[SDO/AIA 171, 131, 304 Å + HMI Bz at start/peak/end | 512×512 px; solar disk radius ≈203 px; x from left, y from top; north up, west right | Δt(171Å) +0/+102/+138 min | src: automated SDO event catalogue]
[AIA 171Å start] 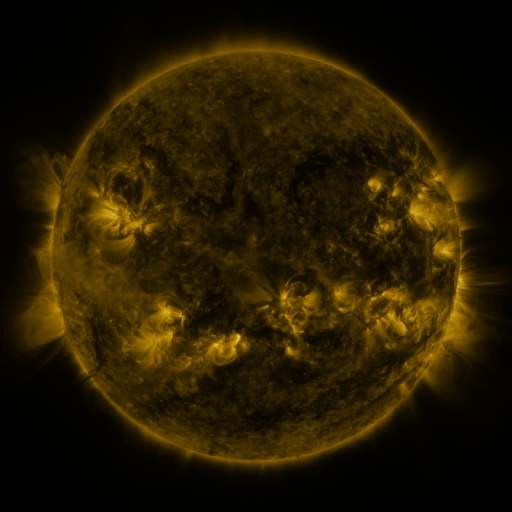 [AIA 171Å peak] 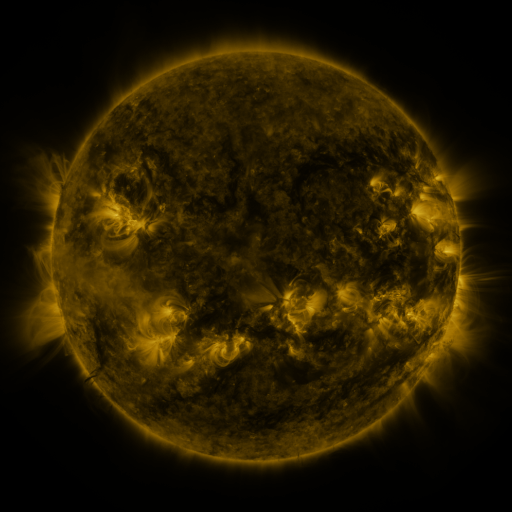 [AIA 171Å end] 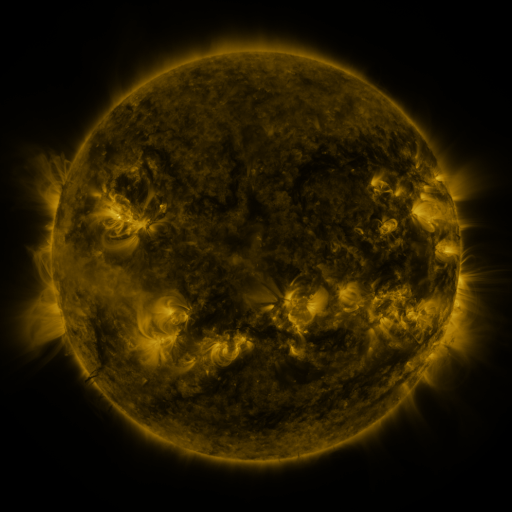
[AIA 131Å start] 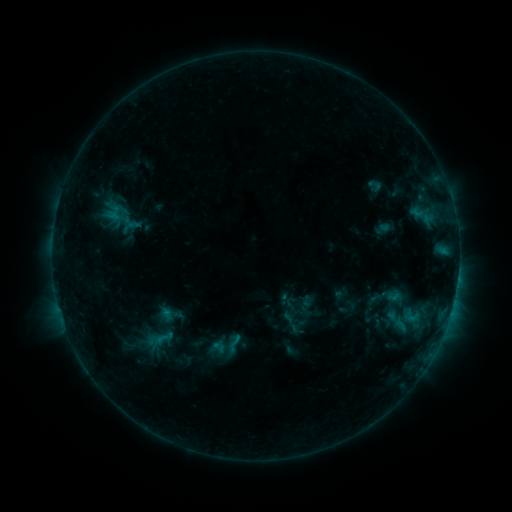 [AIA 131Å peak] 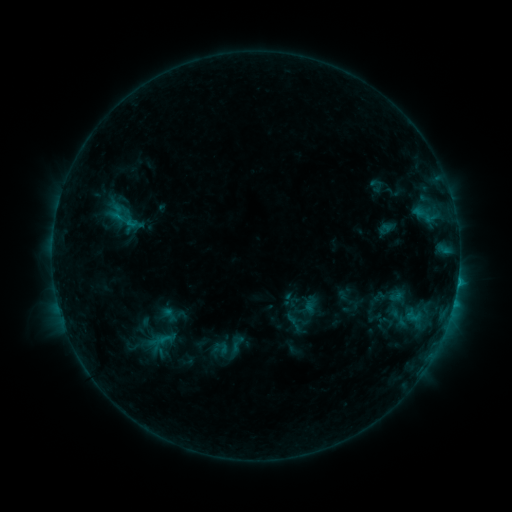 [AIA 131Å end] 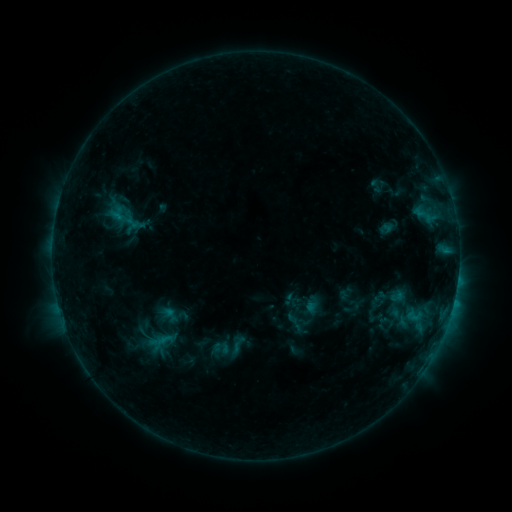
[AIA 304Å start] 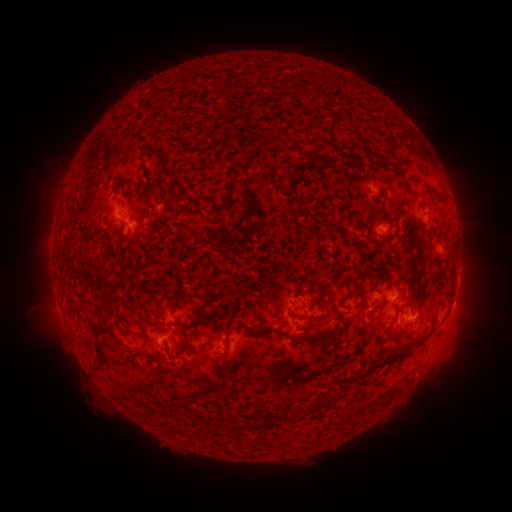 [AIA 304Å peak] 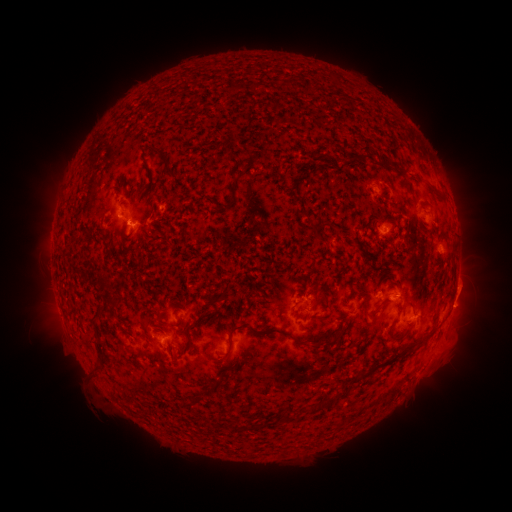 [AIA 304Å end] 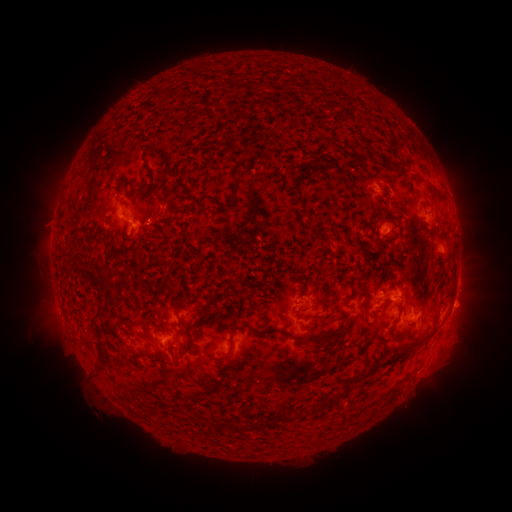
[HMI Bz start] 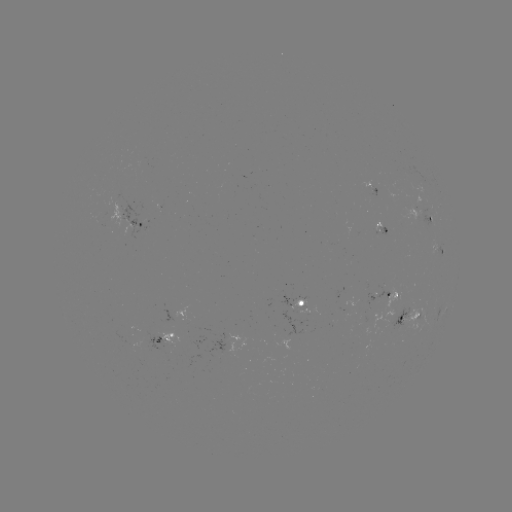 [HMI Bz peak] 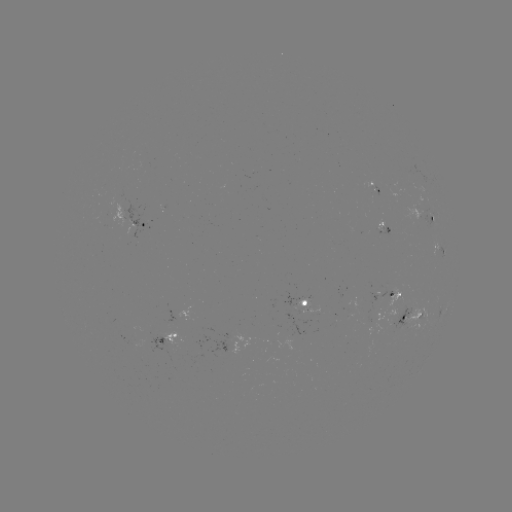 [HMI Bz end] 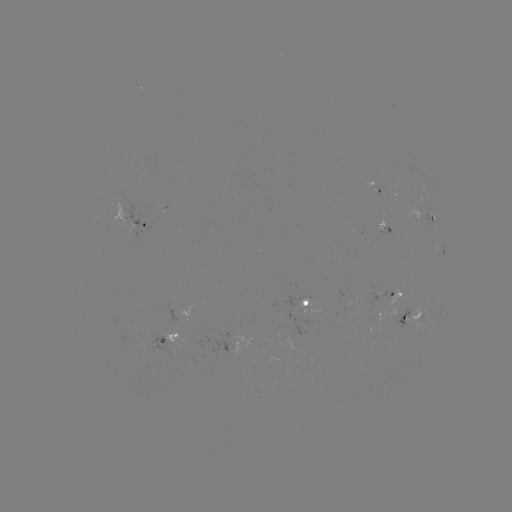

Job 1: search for emerging-flux region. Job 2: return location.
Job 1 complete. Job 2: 396,319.